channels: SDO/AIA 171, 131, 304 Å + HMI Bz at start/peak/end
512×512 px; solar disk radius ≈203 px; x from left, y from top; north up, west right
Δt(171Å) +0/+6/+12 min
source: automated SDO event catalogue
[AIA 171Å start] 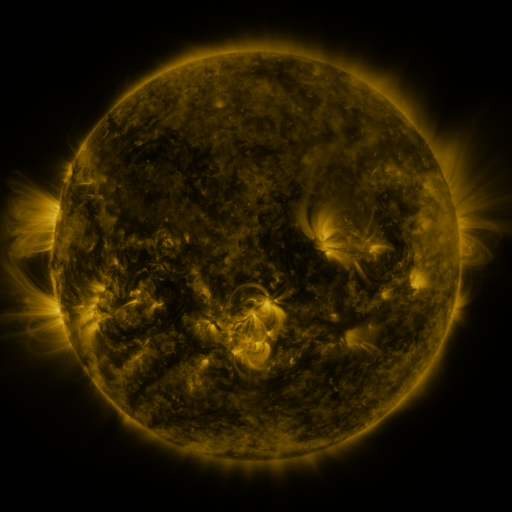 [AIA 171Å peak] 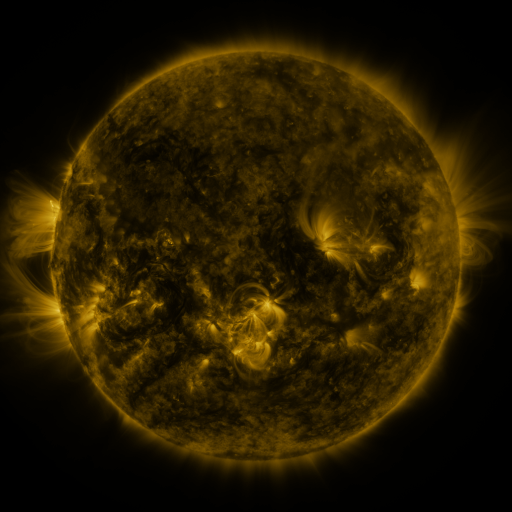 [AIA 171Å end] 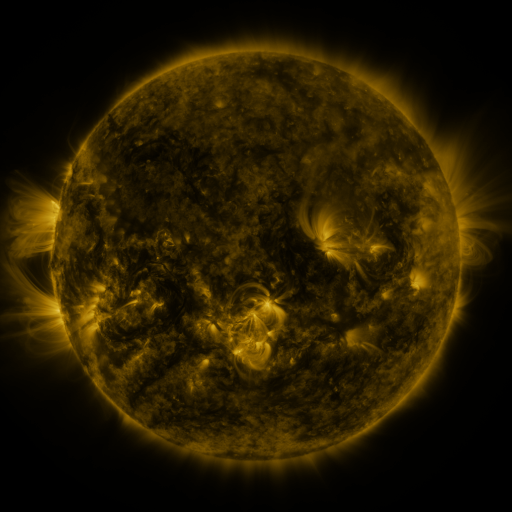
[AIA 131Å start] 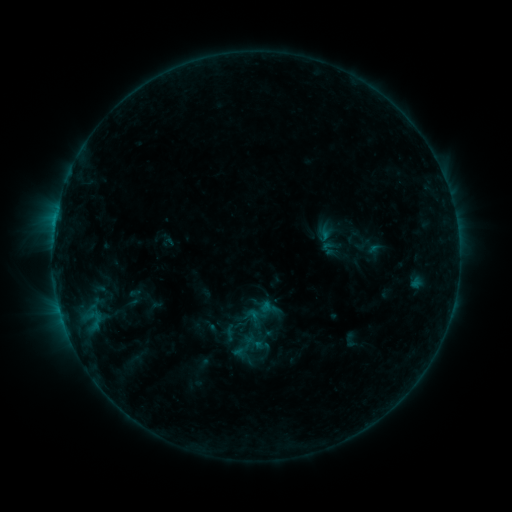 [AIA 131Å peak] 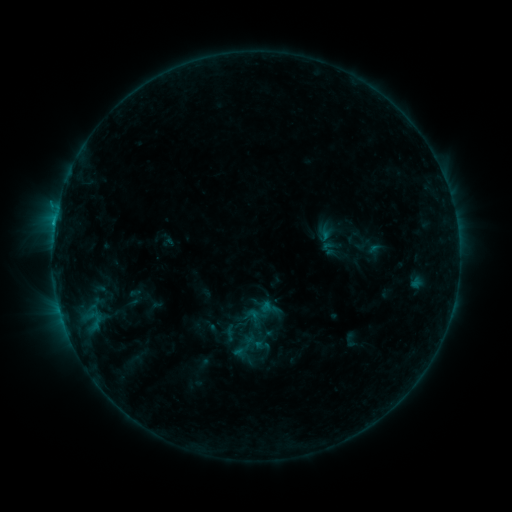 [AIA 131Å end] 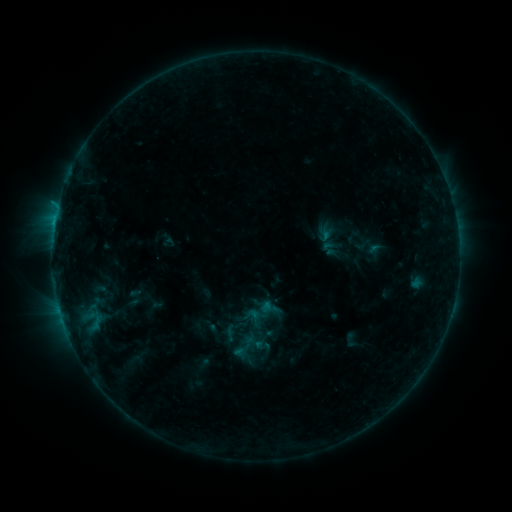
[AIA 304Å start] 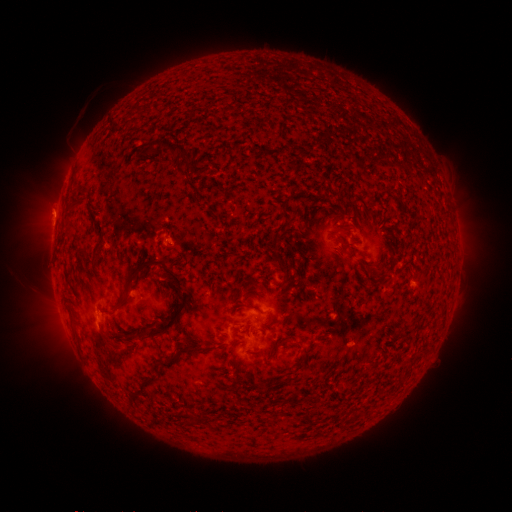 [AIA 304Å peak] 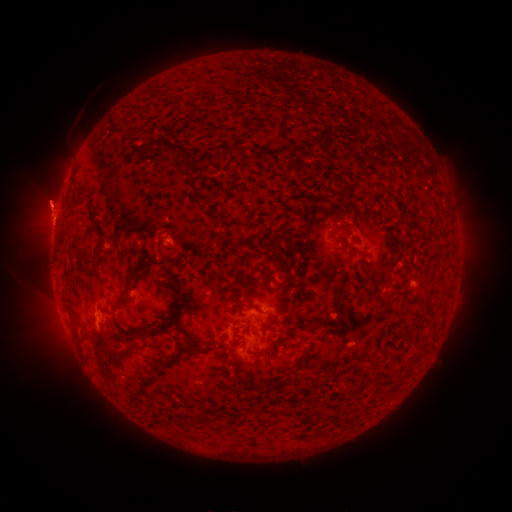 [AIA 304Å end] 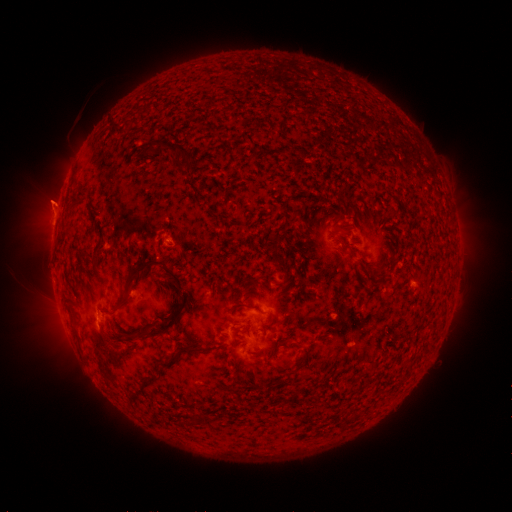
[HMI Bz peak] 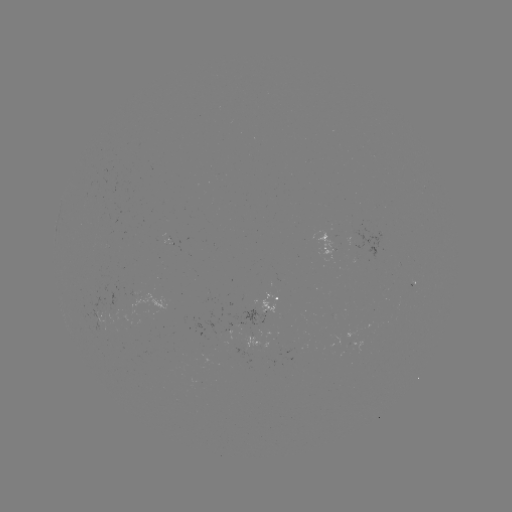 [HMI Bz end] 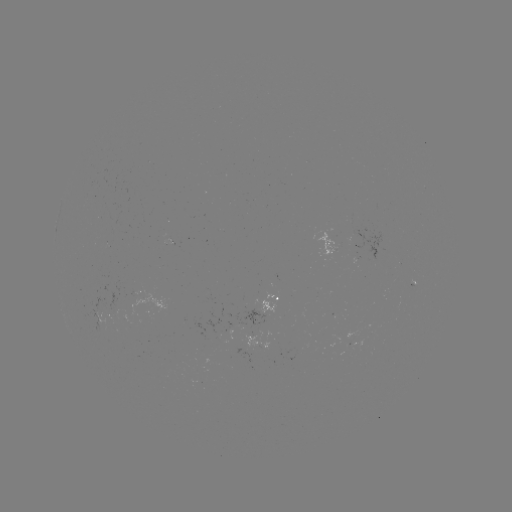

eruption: (22, 180, 81, 239)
